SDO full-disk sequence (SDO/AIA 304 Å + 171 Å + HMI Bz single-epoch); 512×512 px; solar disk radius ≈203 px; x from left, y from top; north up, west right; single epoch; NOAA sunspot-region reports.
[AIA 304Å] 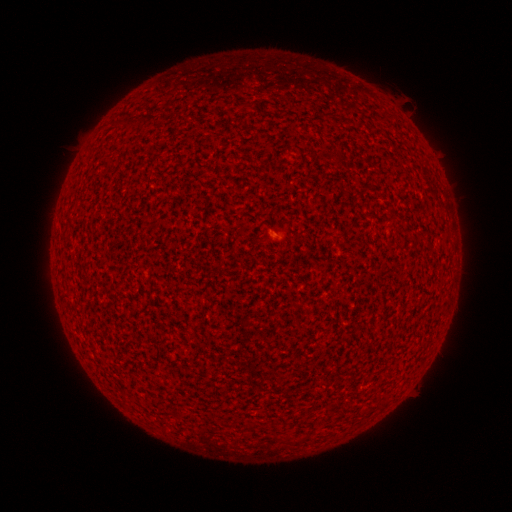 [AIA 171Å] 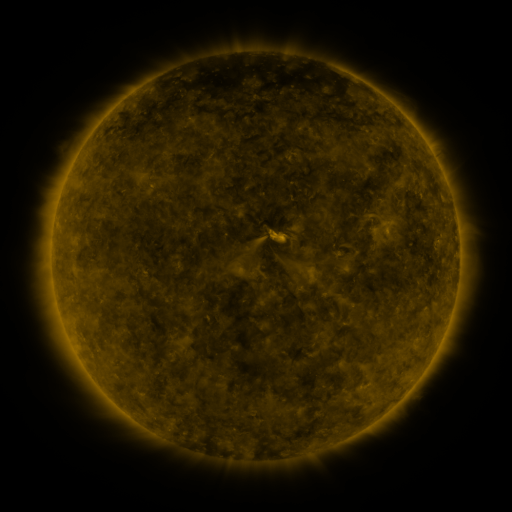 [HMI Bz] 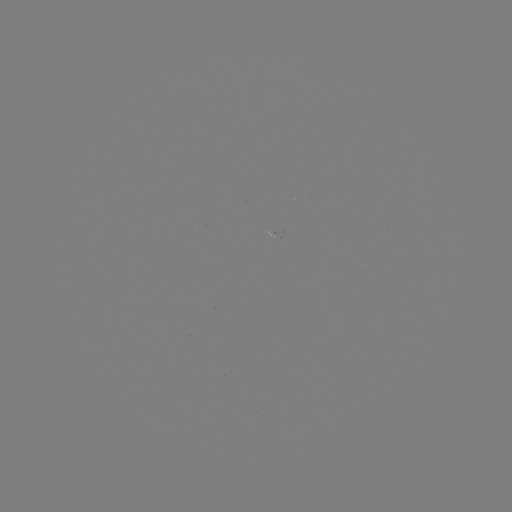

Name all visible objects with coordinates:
(none)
